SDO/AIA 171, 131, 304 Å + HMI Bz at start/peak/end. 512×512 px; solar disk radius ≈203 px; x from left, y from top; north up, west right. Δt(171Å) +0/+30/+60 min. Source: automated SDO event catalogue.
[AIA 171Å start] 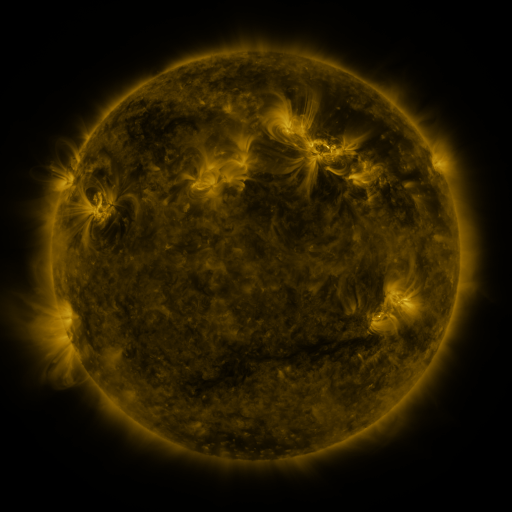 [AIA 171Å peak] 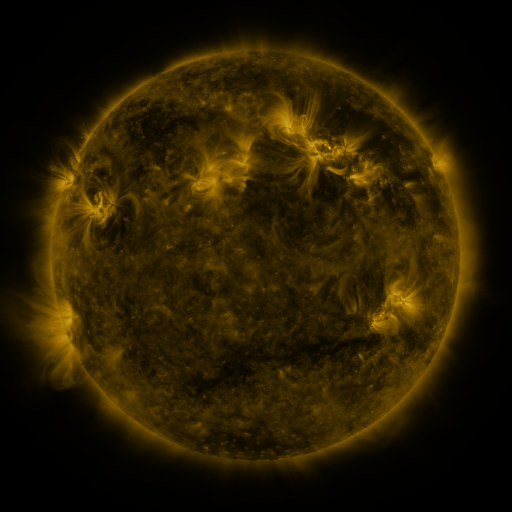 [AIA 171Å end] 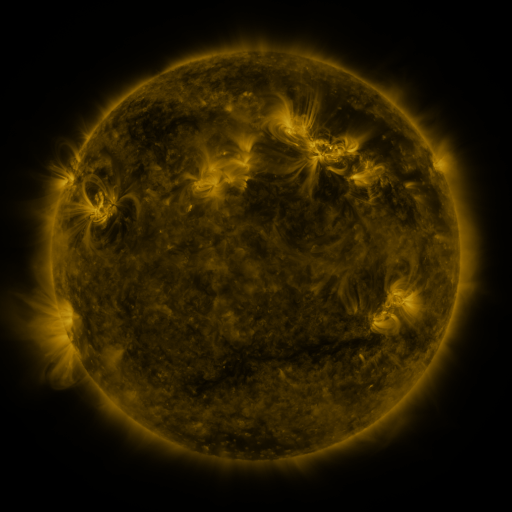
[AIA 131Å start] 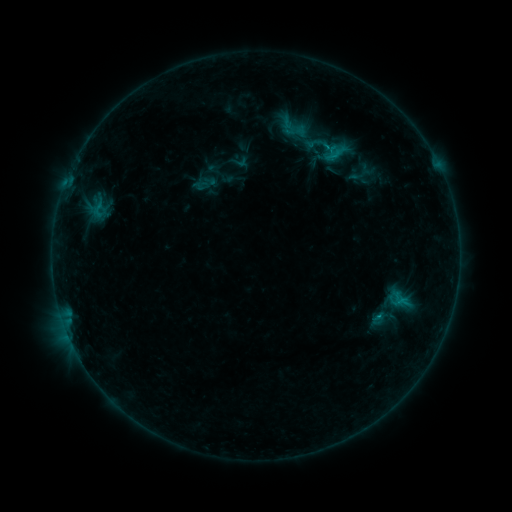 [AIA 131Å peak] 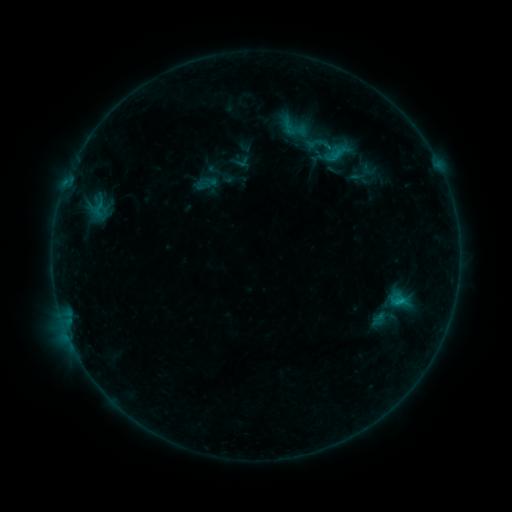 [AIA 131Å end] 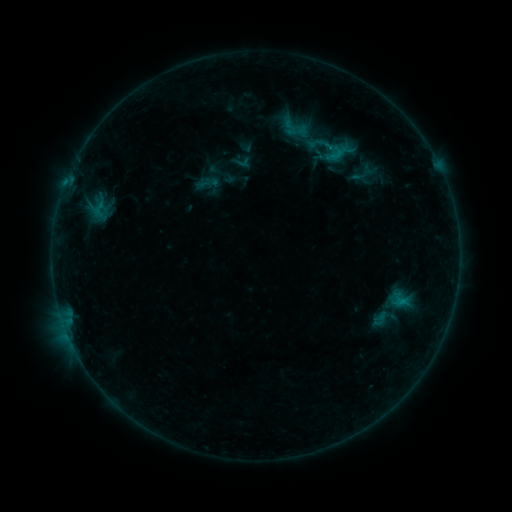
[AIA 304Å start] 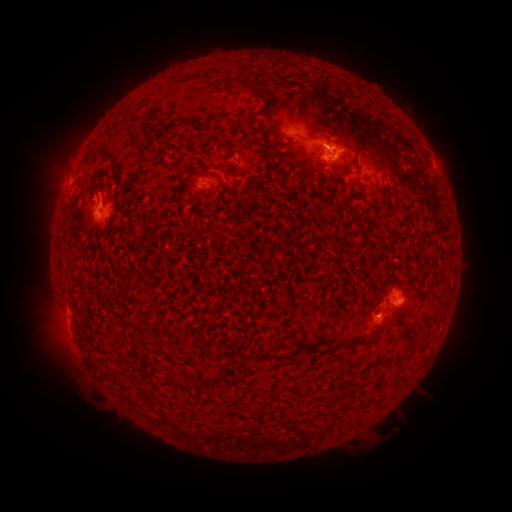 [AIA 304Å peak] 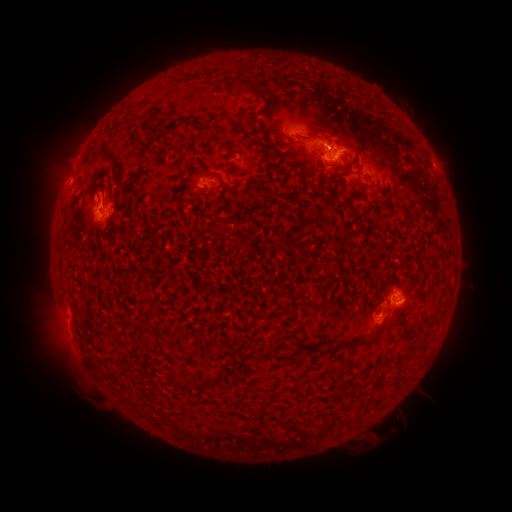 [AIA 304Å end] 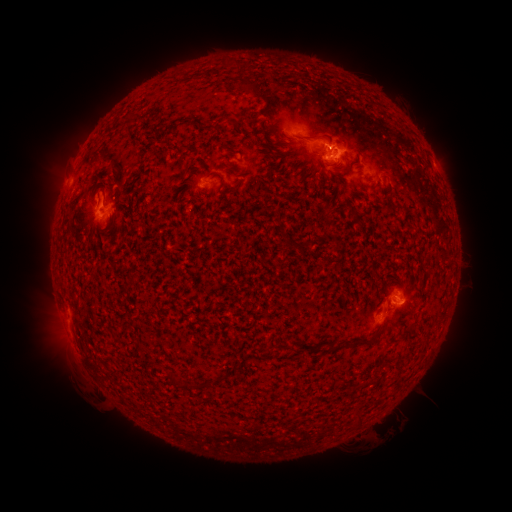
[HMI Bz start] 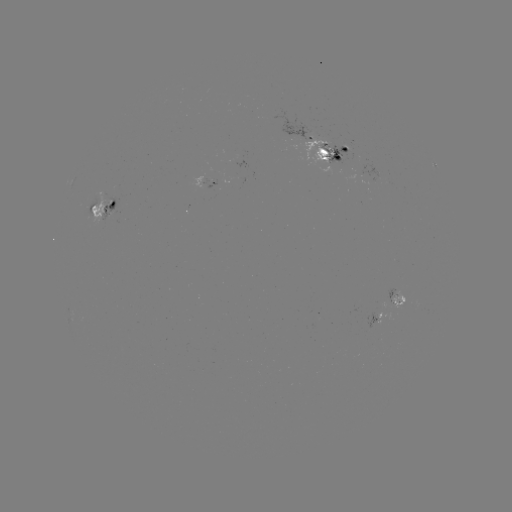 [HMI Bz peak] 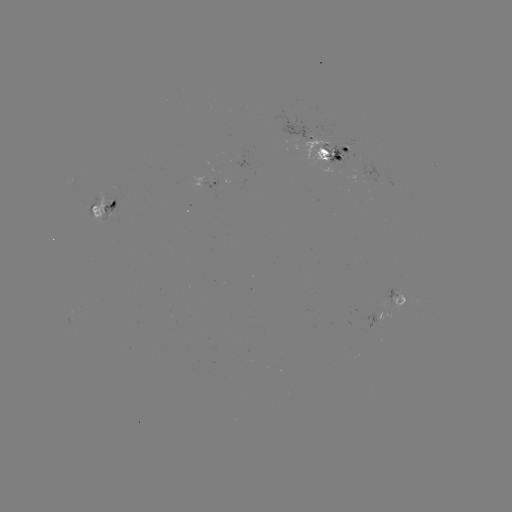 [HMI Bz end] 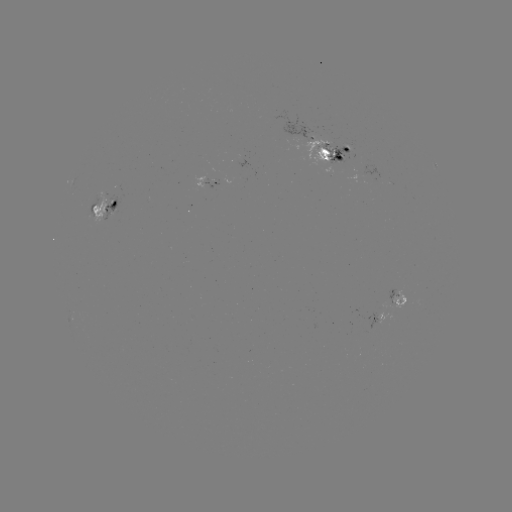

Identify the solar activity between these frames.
emerging-flux region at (349, 146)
